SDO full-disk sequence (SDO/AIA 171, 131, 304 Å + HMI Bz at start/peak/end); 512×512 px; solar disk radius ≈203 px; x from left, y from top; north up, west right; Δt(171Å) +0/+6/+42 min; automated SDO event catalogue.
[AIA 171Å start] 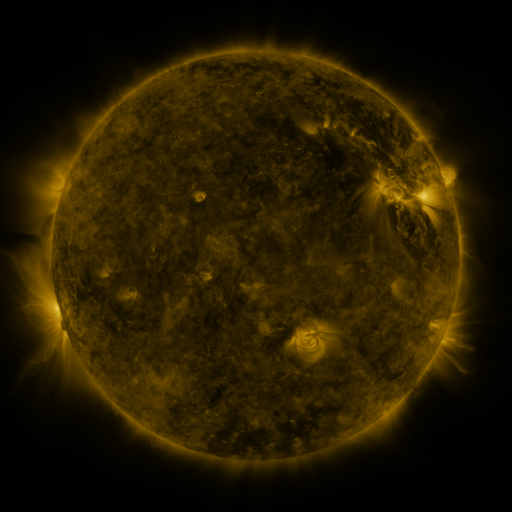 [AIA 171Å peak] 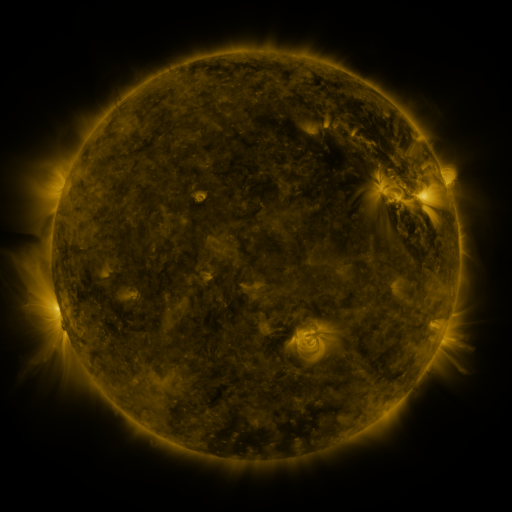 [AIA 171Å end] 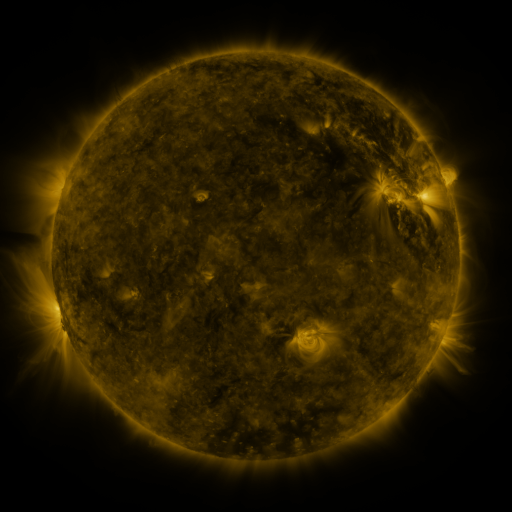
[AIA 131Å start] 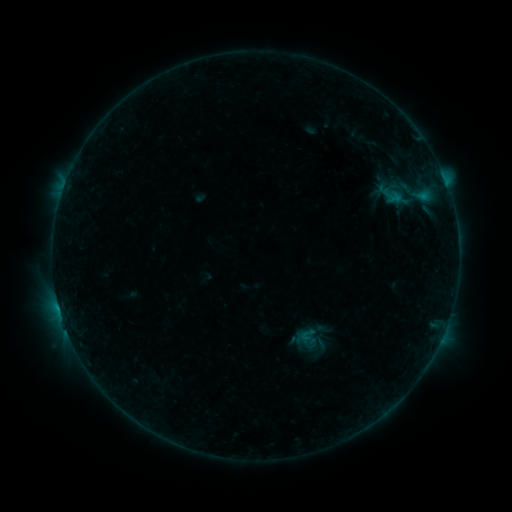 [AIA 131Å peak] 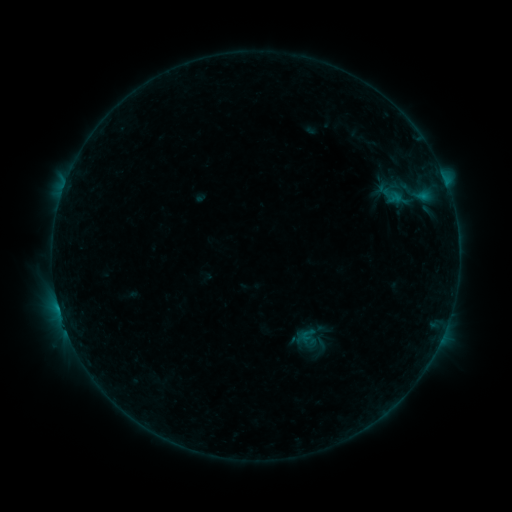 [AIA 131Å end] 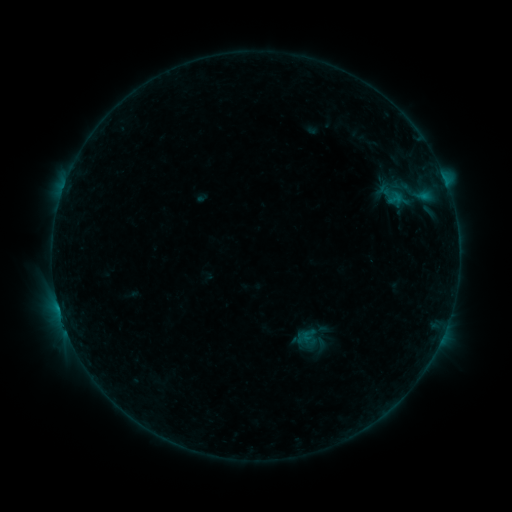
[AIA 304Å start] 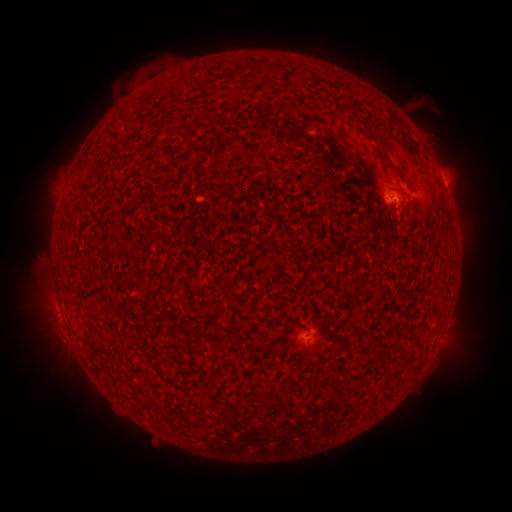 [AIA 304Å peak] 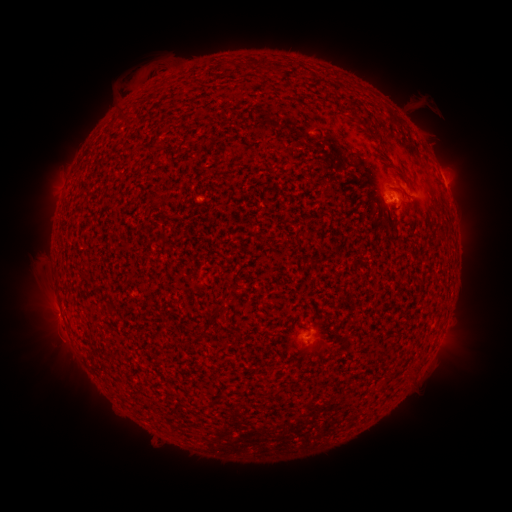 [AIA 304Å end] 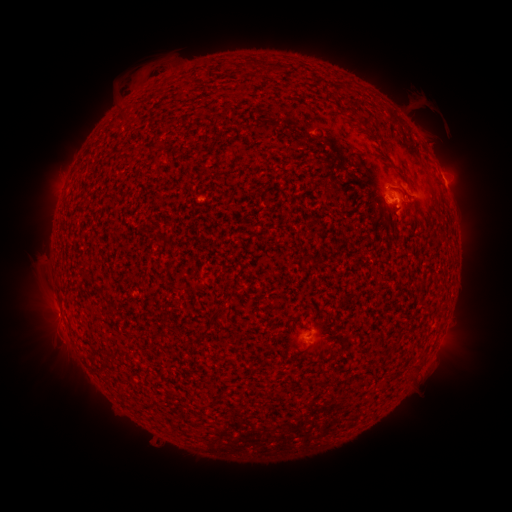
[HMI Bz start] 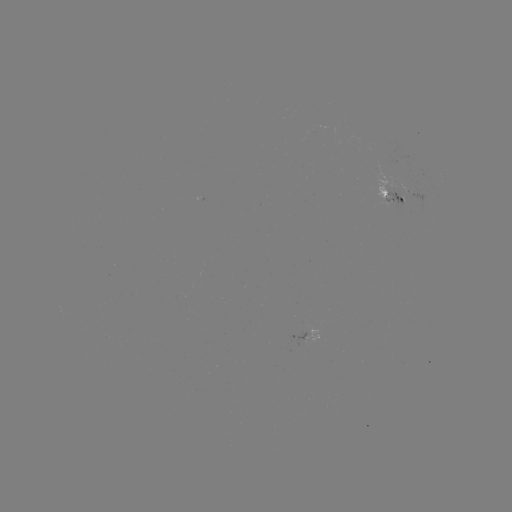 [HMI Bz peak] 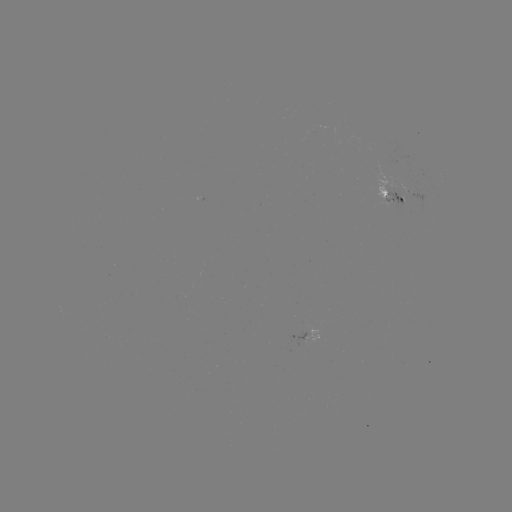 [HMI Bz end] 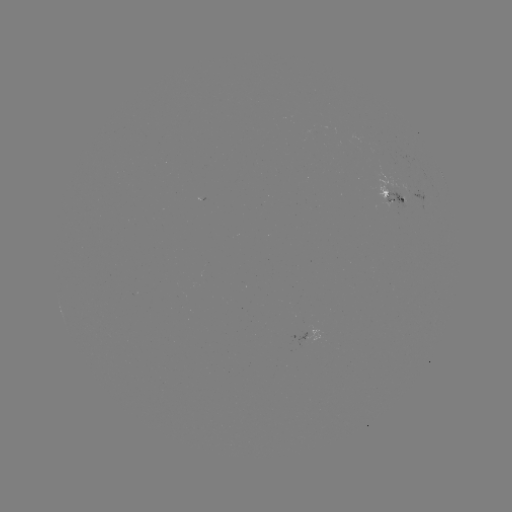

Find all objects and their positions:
emerging-flux region: (393, 200)
